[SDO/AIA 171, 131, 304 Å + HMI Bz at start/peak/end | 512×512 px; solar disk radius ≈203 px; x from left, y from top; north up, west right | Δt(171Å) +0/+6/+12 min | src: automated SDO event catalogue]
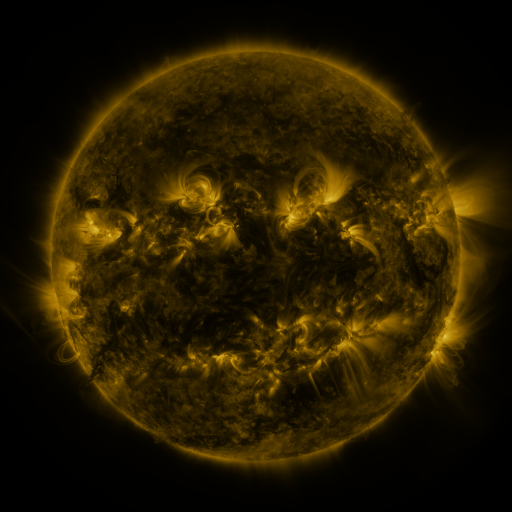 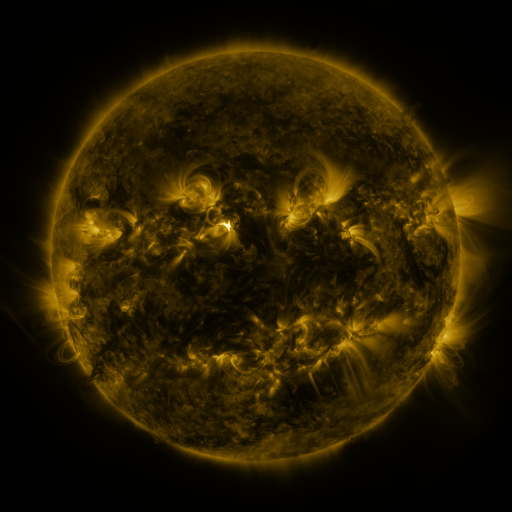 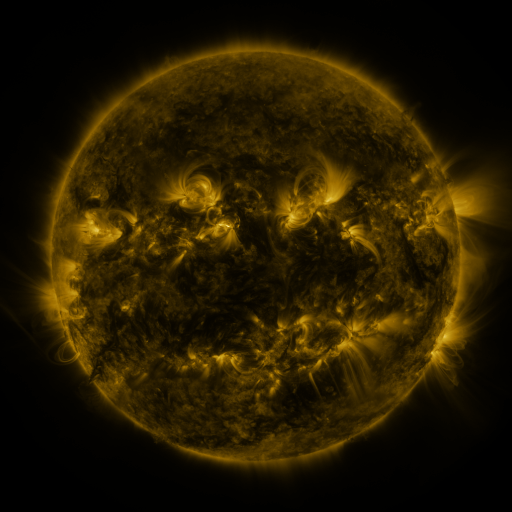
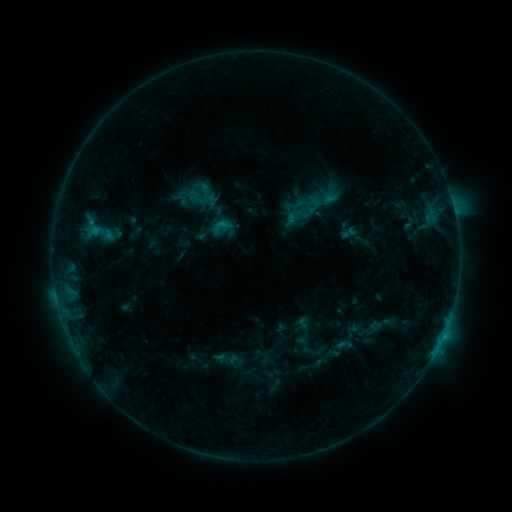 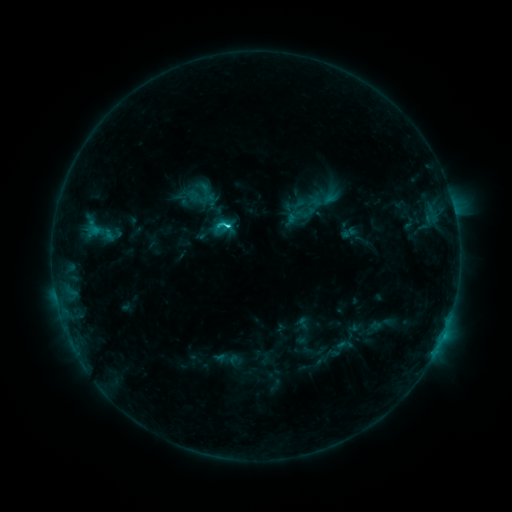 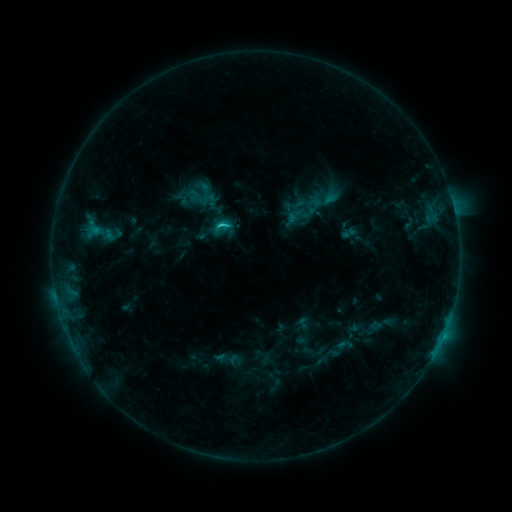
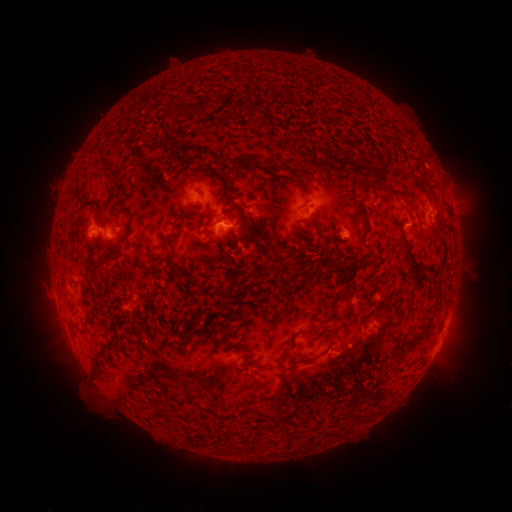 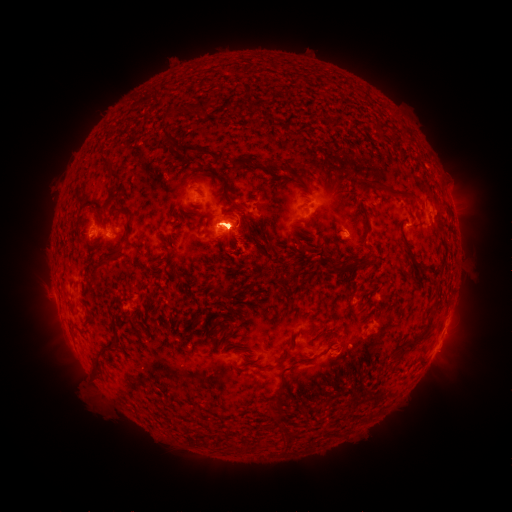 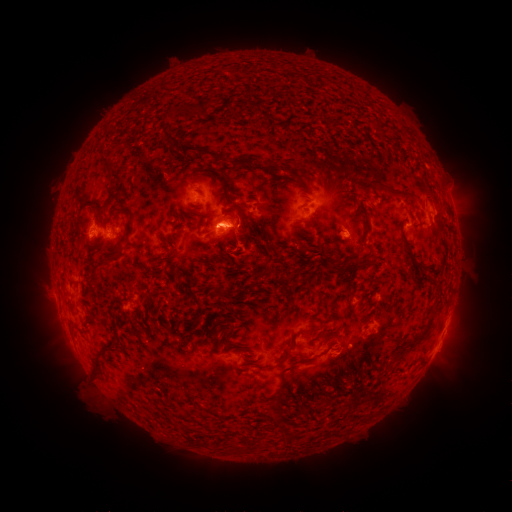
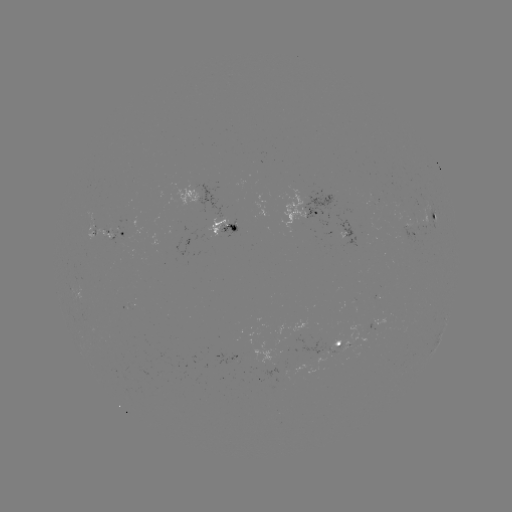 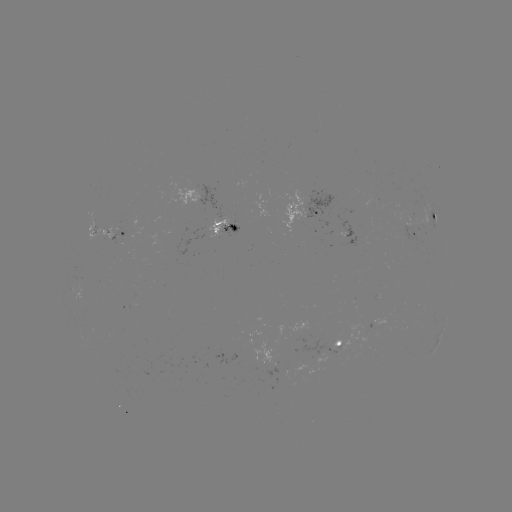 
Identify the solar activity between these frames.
eruption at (231, 223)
